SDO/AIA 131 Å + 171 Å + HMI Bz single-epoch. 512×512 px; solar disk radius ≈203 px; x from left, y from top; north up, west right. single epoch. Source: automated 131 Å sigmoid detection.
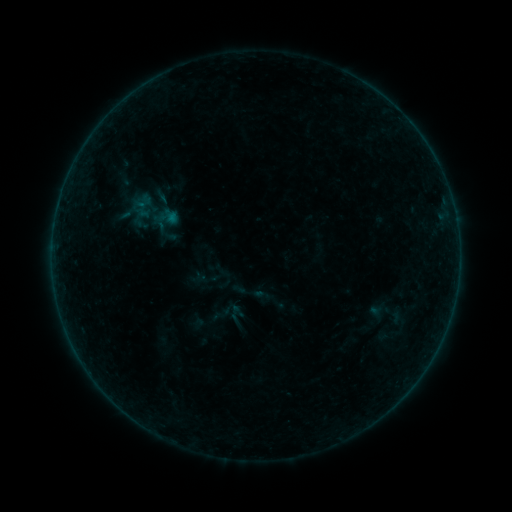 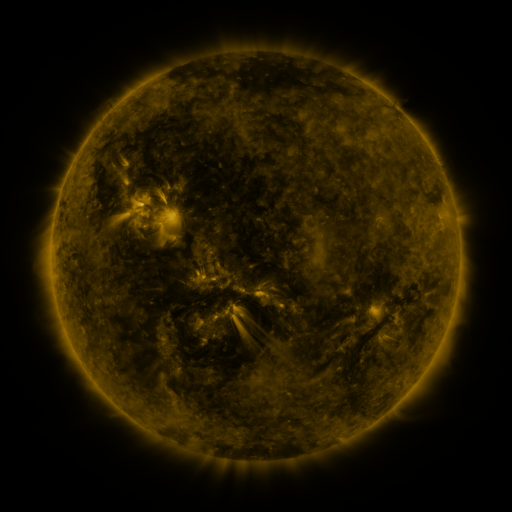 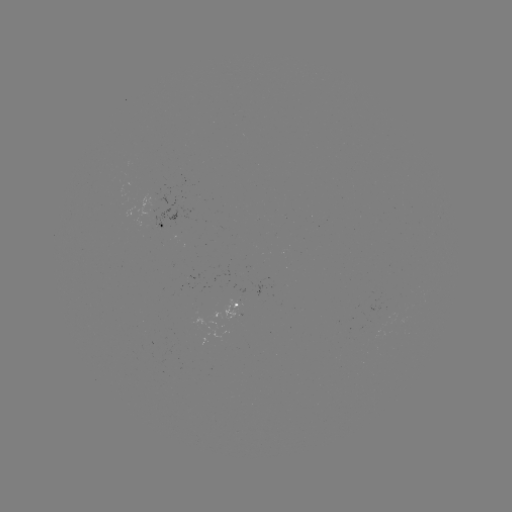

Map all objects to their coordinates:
sigmoid: (235, 313)
sigmoid: (388, 314)
